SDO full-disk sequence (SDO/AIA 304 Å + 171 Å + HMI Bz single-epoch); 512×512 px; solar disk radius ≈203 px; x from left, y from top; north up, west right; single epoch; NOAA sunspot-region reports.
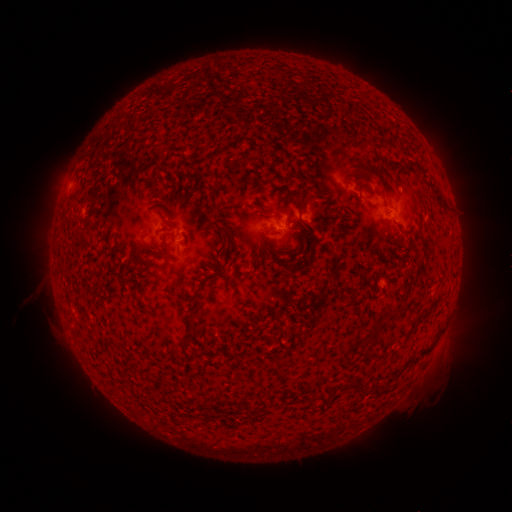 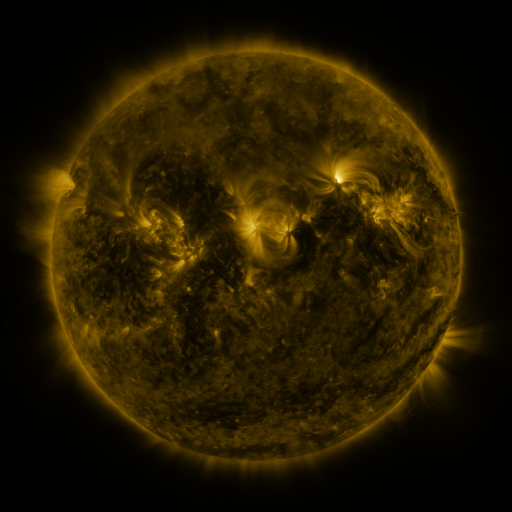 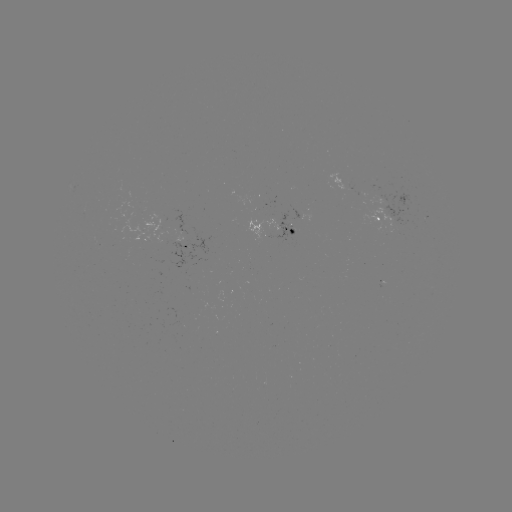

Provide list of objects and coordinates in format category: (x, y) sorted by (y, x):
spotted active region: (384, 216)
spotted active region: (280, 231)
spotted active region: (189, 245)
